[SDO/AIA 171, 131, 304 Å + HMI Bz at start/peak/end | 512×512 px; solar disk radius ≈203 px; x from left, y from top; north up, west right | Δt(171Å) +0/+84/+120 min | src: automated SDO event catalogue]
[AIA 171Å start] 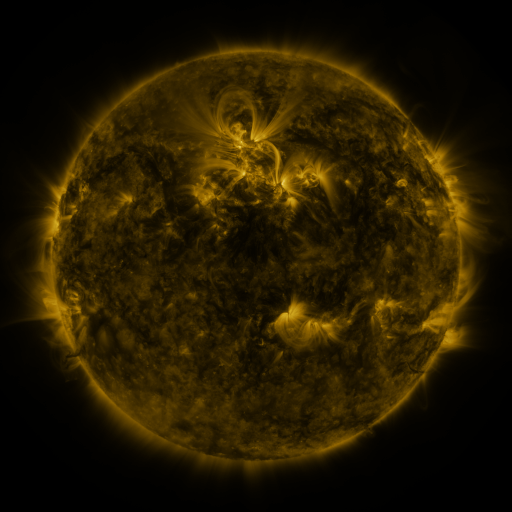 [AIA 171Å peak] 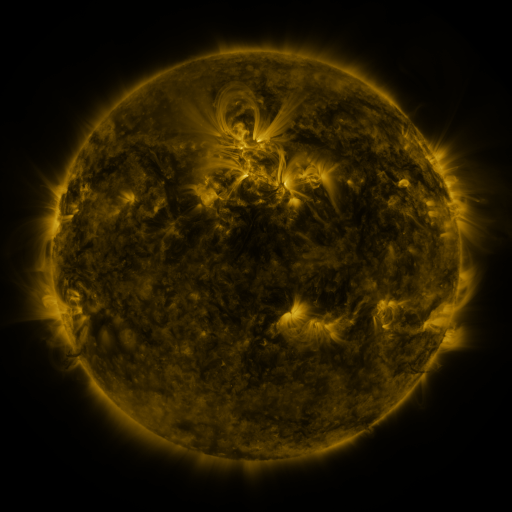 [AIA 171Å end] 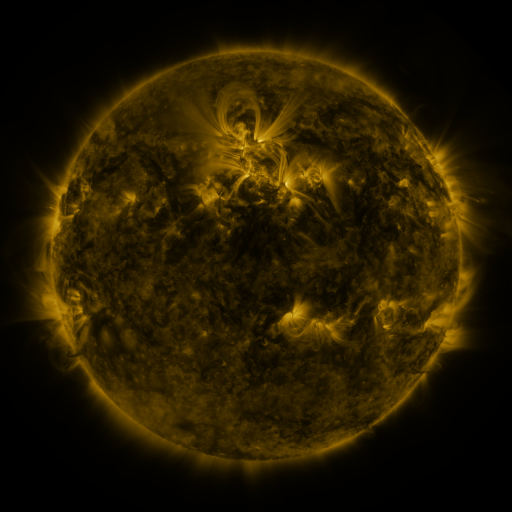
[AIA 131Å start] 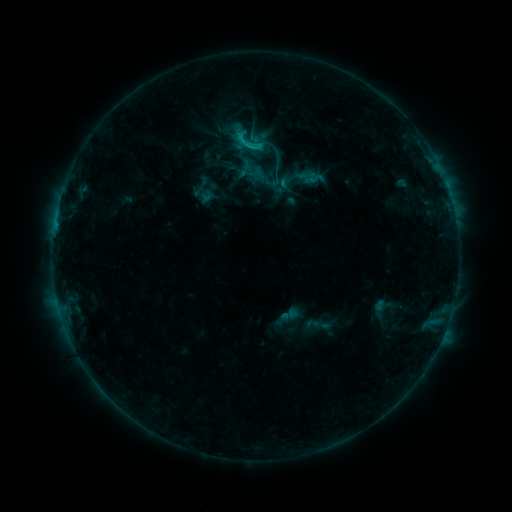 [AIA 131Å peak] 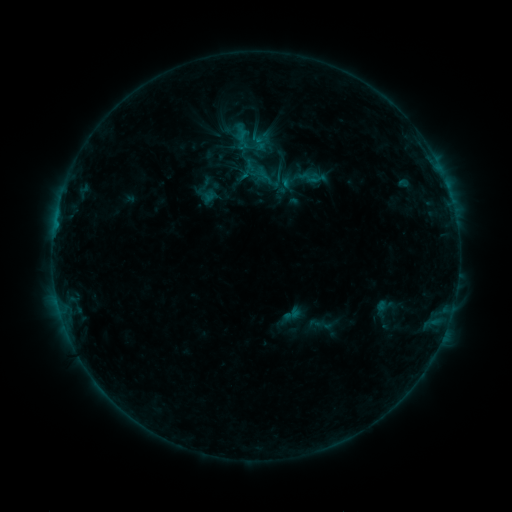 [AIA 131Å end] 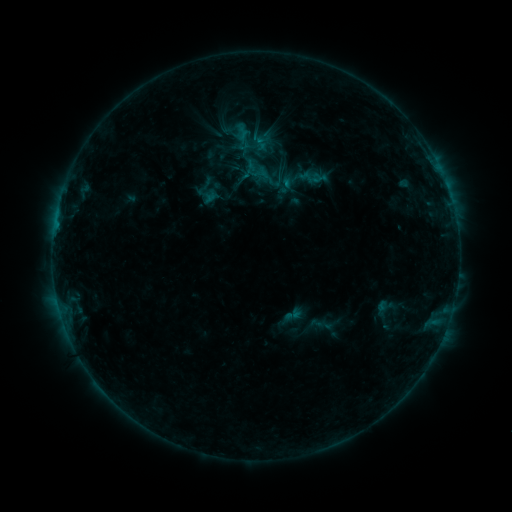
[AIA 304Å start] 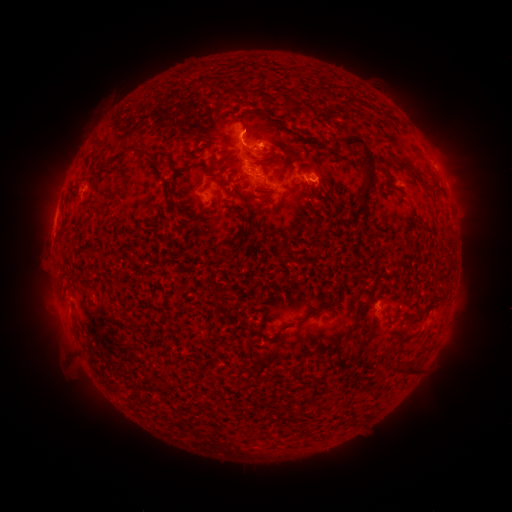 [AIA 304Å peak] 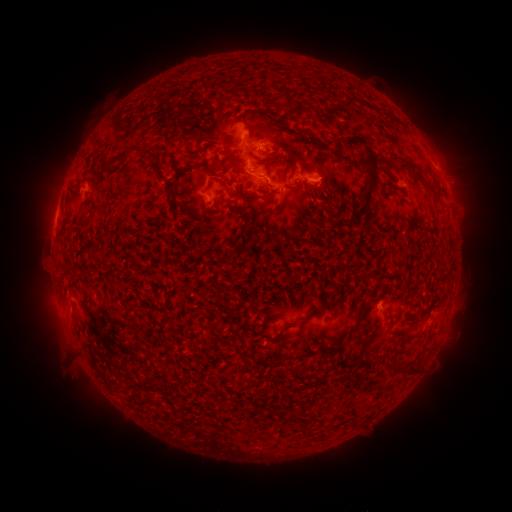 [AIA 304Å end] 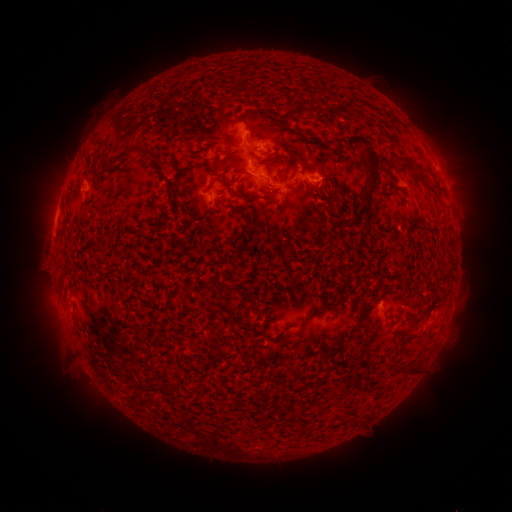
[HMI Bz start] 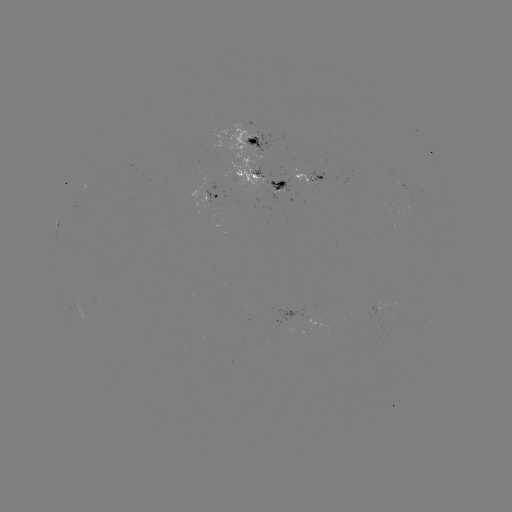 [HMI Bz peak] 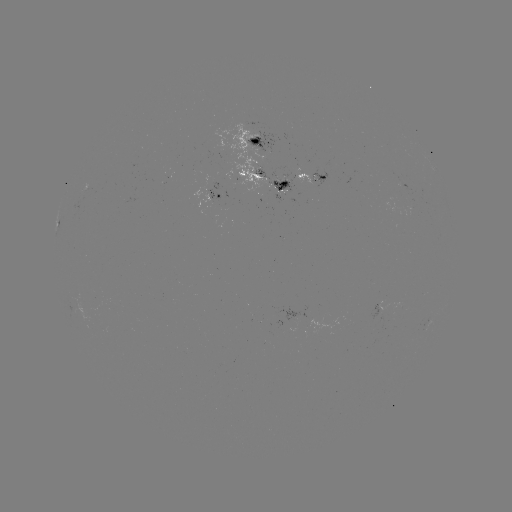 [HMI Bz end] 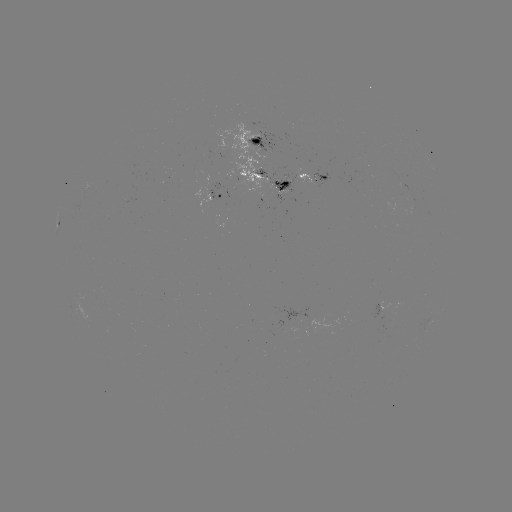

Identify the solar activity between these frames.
emerging-flux region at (293, 317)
